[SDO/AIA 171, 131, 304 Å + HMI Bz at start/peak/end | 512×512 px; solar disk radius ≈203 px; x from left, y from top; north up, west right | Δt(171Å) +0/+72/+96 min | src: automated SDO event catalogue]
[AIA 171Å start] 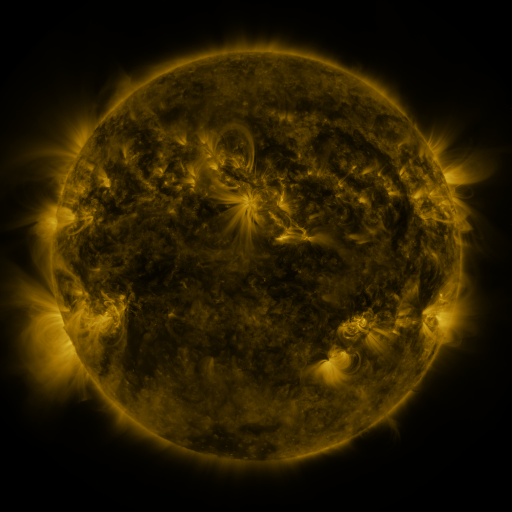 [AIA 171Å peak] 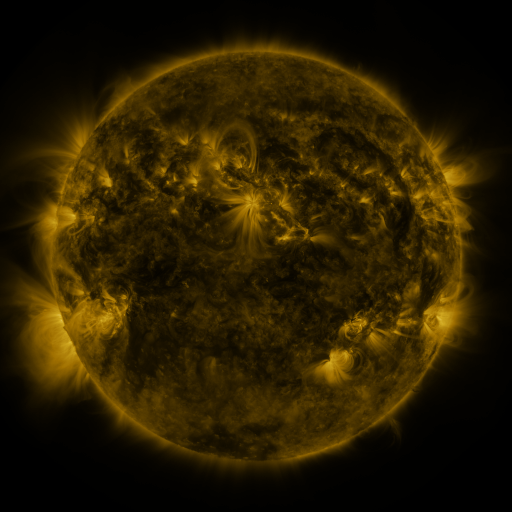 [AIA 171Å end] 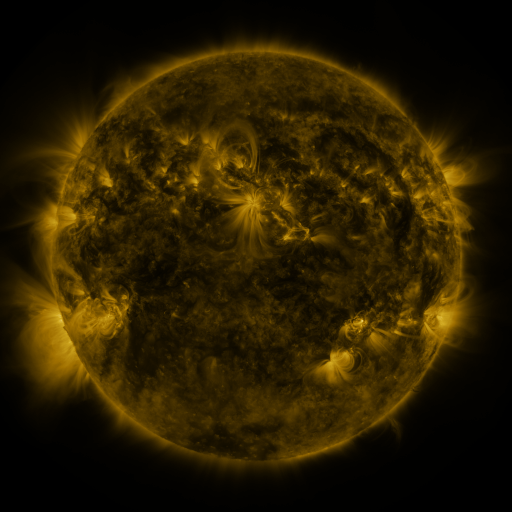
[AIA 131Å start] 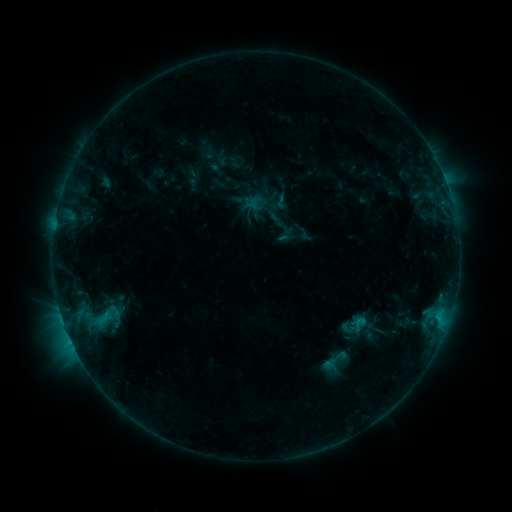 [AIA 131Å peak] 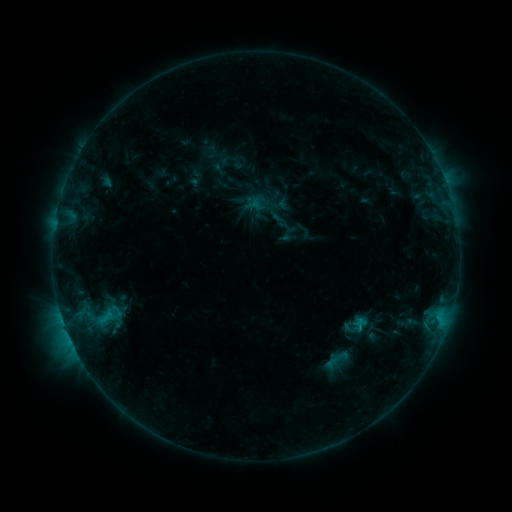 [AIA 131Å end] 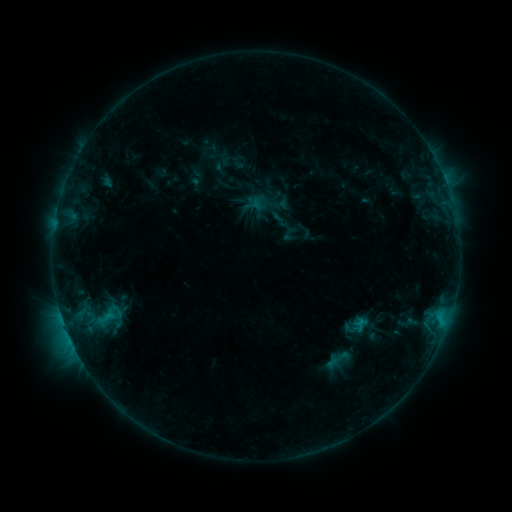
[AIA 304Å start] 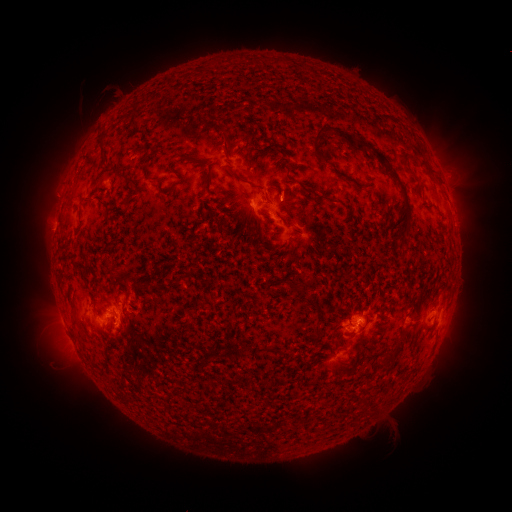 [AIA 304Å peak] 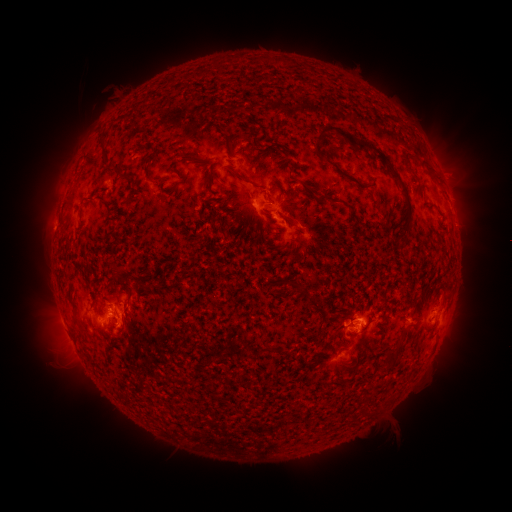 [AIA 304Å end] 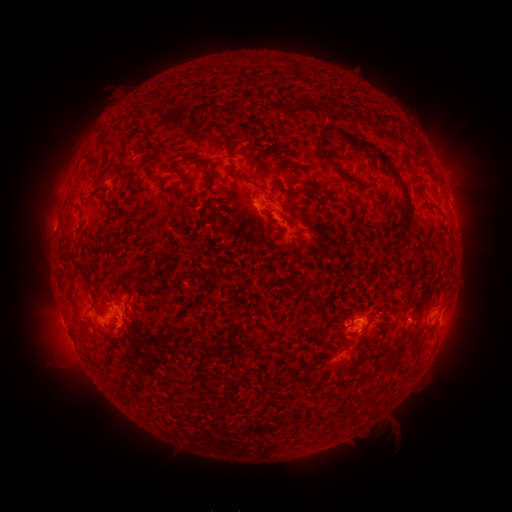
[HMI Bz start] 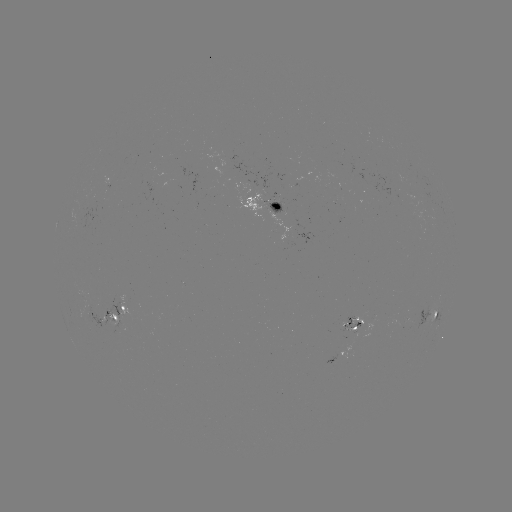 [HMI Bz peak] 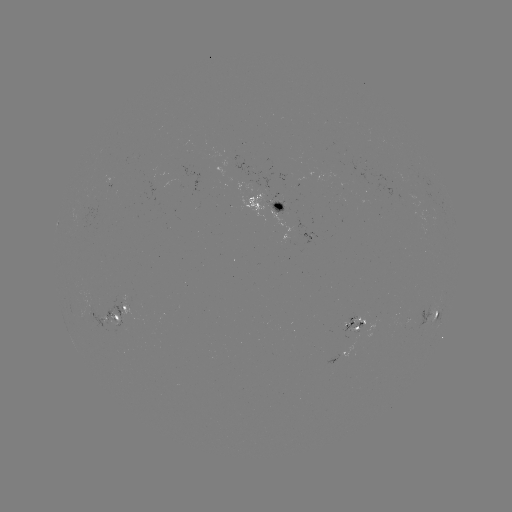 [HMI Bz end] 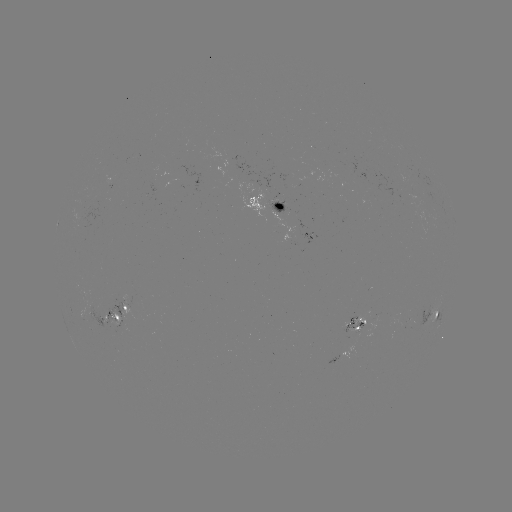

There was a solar emerging-flux region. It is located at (412, 326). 